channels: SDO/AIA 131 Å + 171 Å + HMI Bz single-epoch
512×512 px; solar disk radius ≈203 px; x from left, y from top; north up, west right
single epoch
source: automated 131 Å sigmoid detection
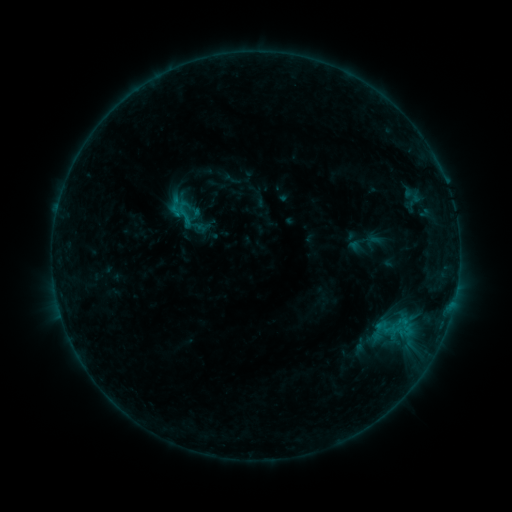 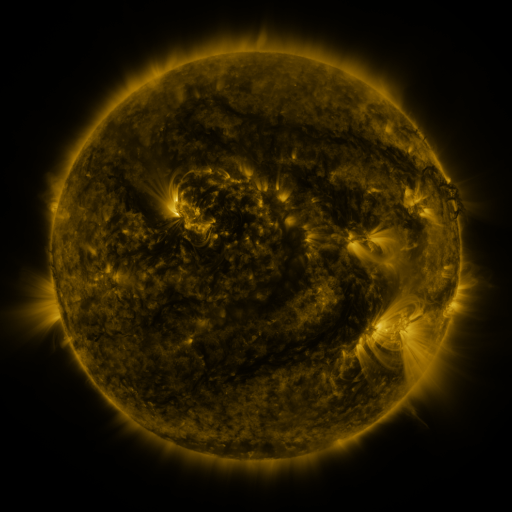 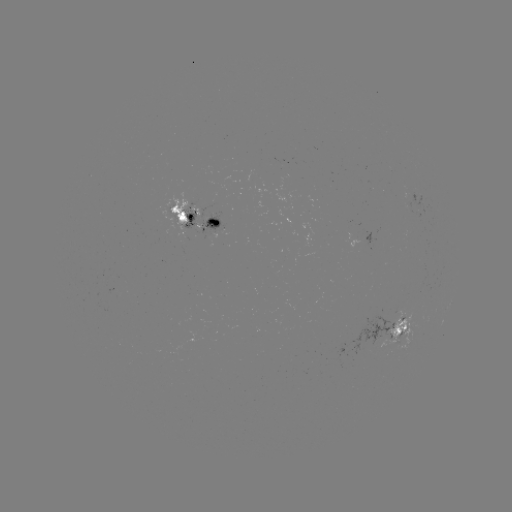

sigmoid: <bbox>170, 197, 197, 225</bbox>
